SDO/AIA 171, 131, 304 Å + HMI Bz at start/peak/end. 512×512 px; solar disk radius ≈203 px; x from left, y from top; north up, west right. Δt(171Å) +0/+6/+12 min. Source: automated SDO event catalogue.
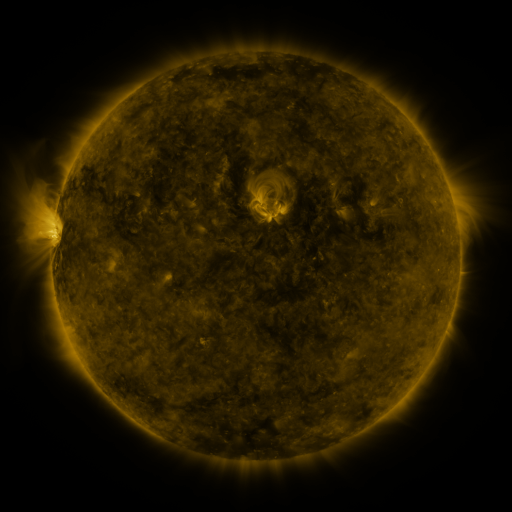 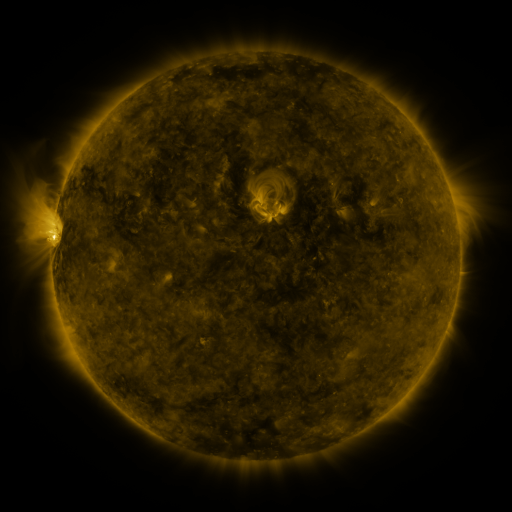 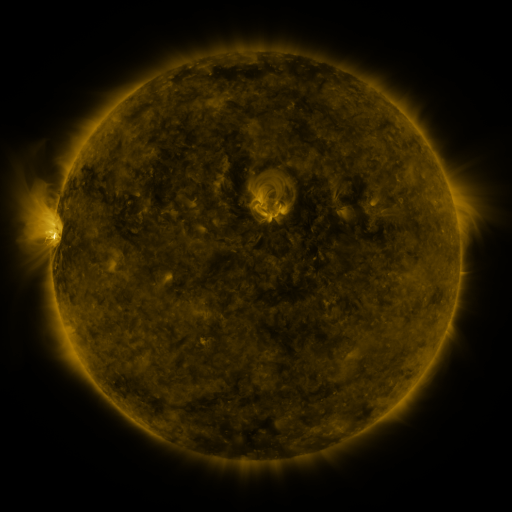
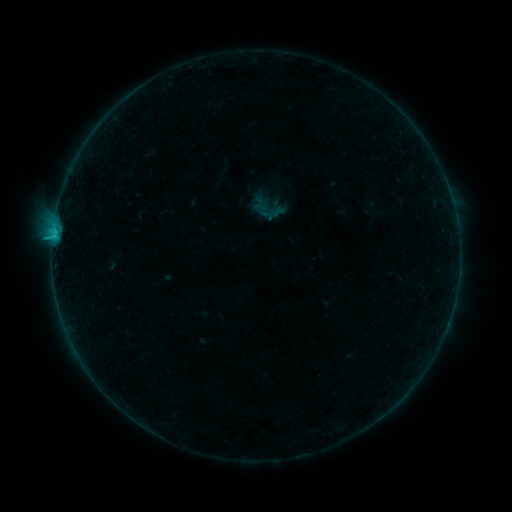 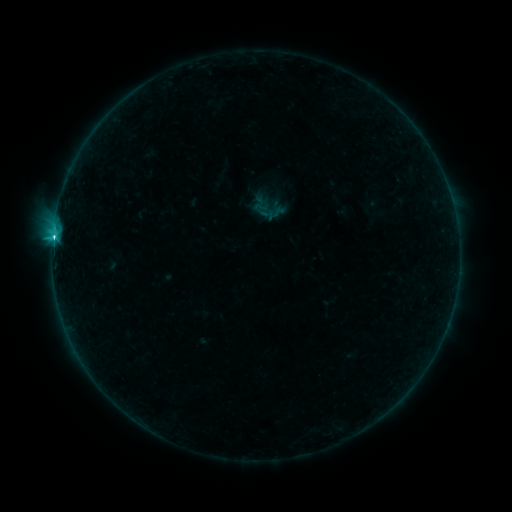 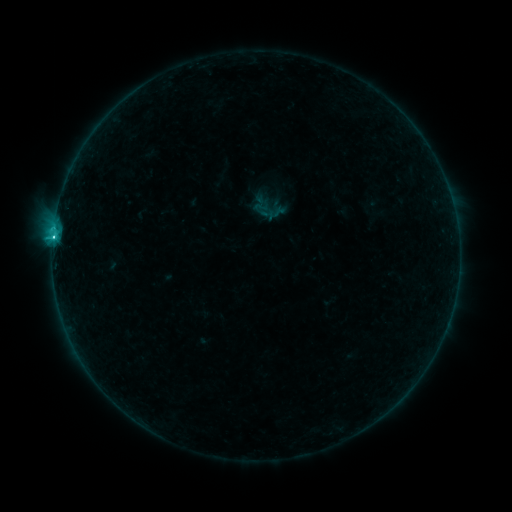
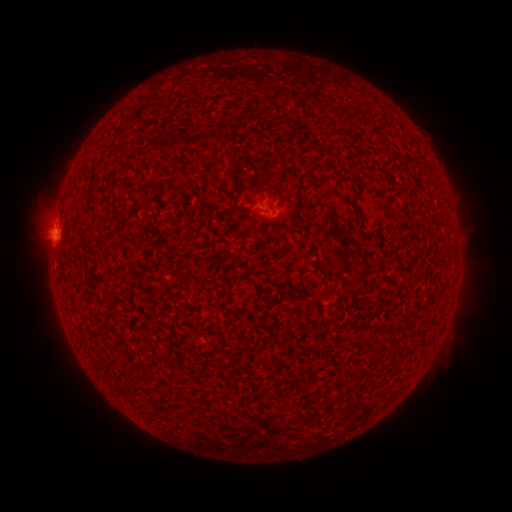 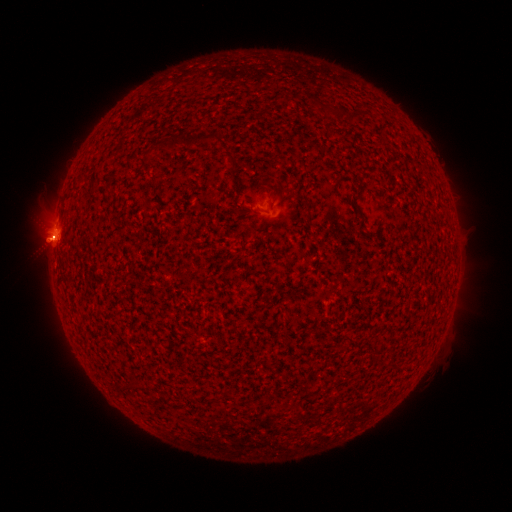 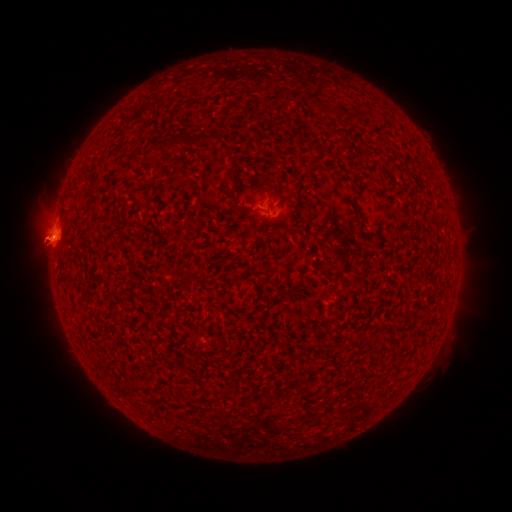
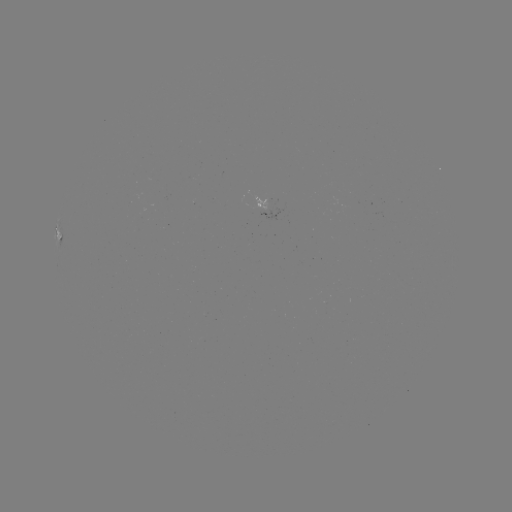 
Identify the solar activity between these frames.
C2.5 flare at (54, 238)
